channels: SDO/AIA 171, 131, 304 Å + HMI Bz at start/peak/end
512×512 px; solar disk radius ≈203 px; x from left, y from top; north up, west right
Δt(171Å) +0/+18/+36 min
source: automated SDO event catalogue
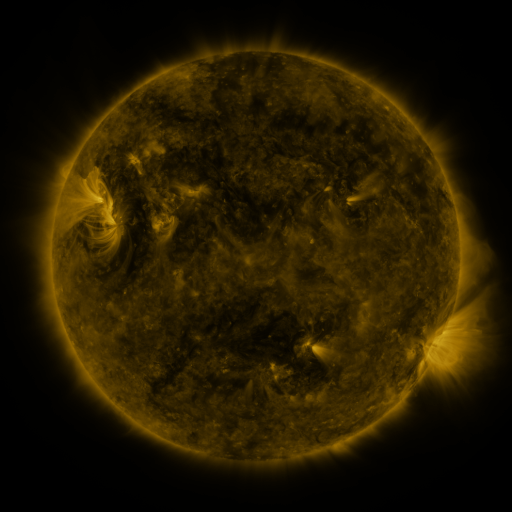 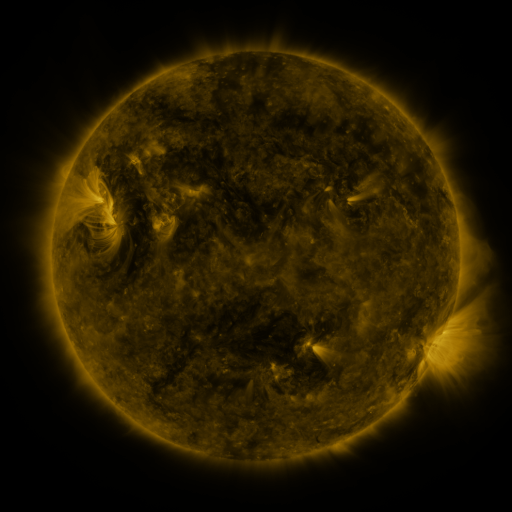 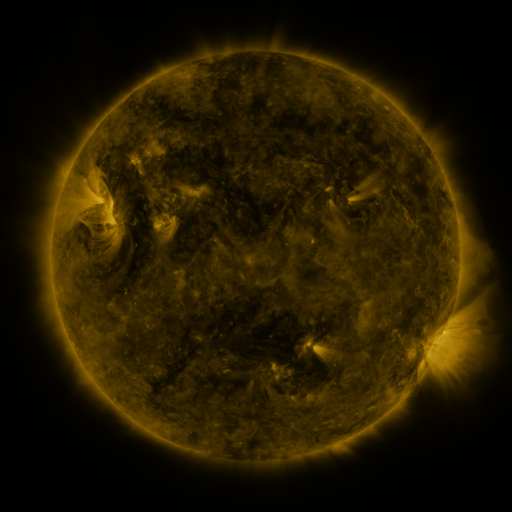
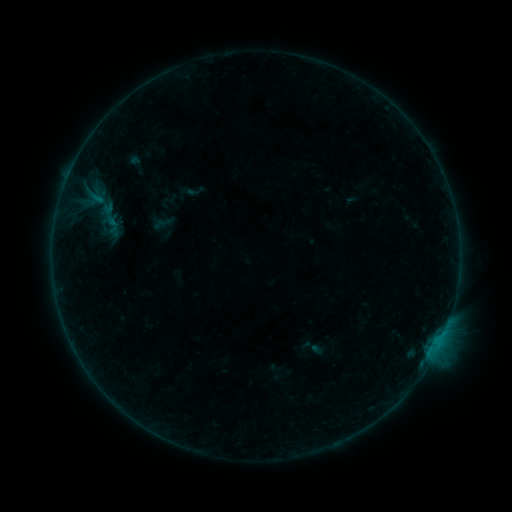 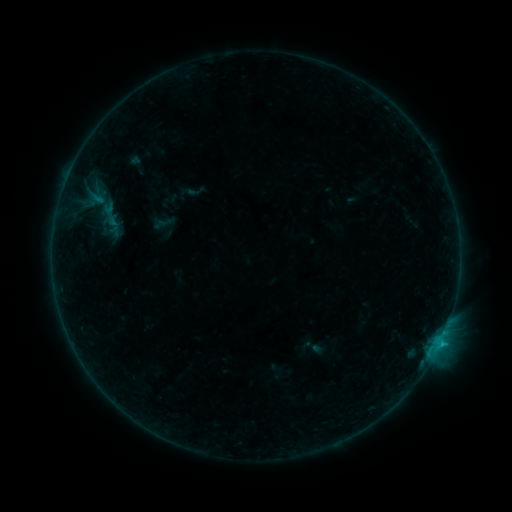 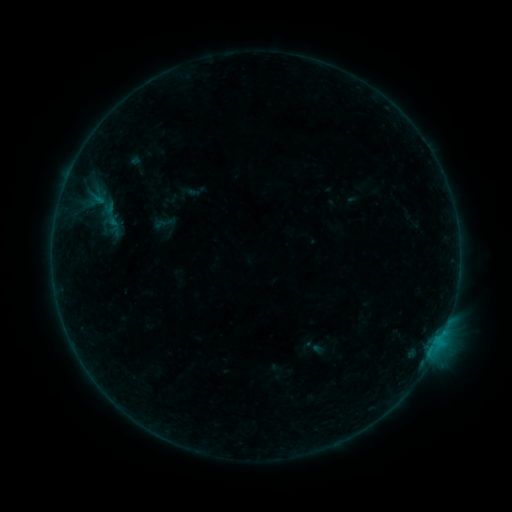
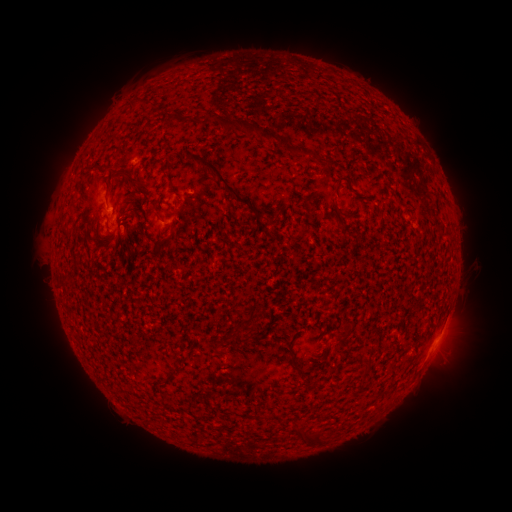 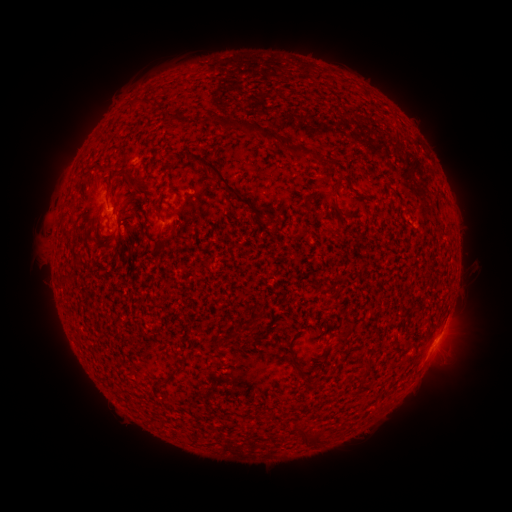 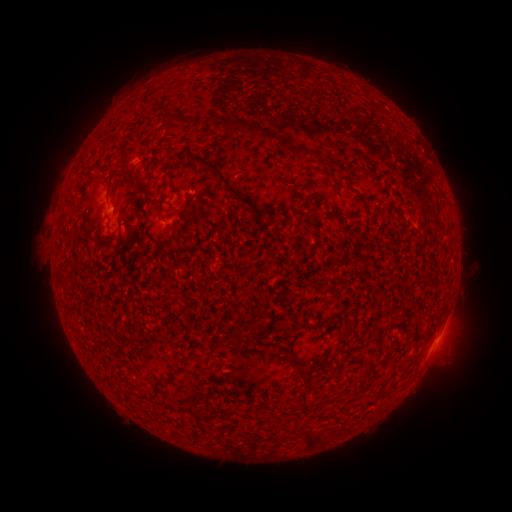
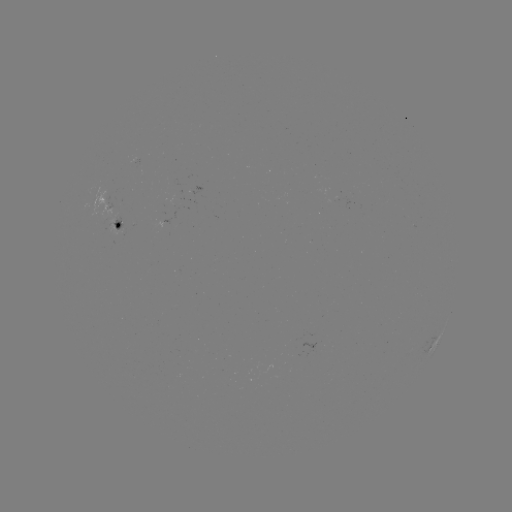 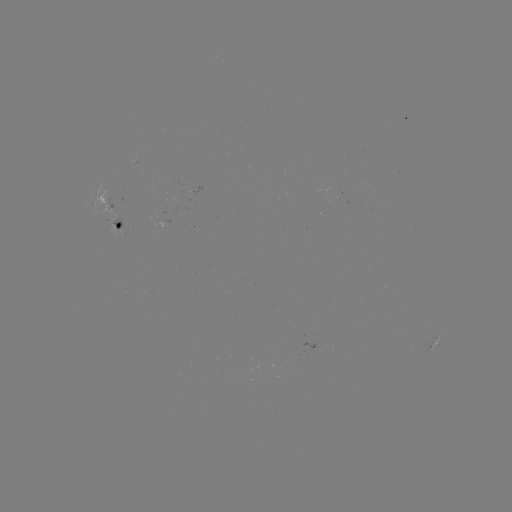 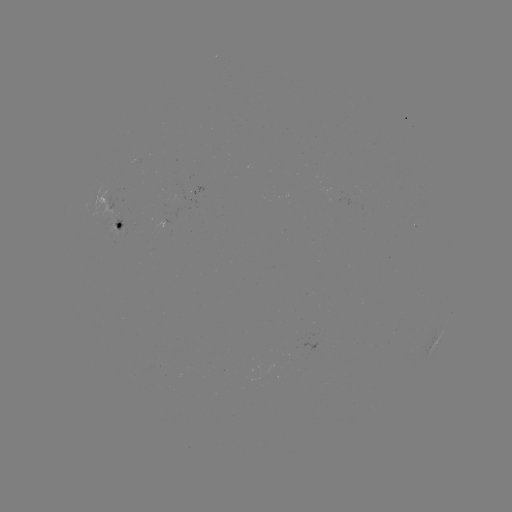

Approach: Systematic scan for B4.7 flare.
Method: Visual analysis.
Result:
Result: B4.7 flare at (445, 329).